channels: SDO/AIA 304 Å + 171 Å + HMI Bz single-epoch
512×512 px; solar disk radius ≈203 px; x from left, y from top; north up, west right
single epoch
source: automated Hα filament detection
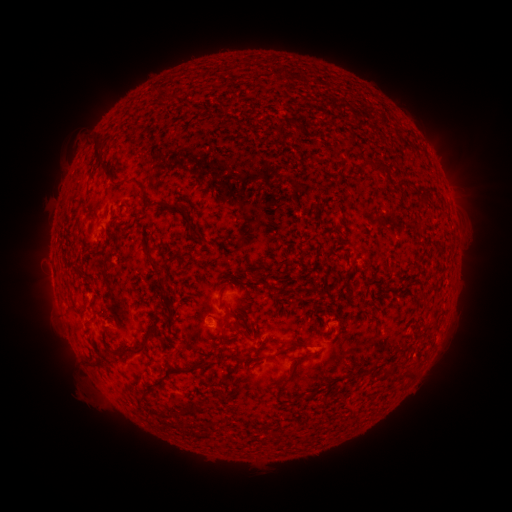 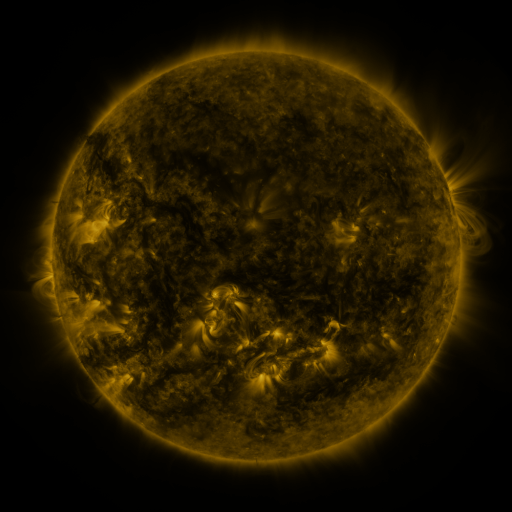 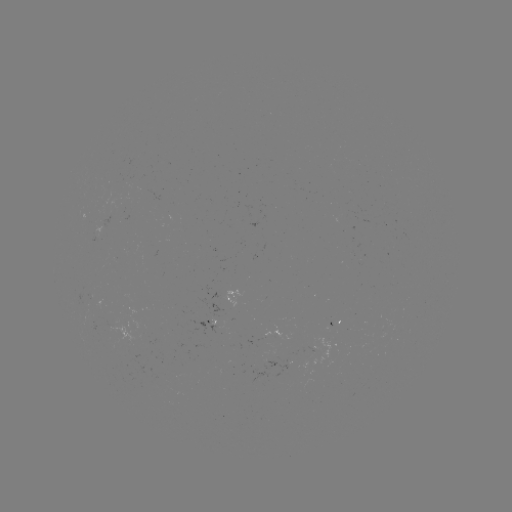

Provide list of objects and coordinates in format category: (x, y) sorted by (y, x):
filament: (152, 91)
filament: (170, 98)
filament: (95, 152)
filament: (372, 162)
filament: (107, 176)
filament: (126, 207)
filament: (172, 207)
filament: (199, 239)
filament: (147, 254)
filament: (178, 258)
filament: (260, 281)
filament: (166, 305)
filament: (240, 325)
filament: (267, 337)
filament: (147, 344)
filament: (291, 347)
filament: (243, 361)
filament: (295, 368)
filament: (412, 370)
filament: (187, 371)
filament: (316, 392)
filament: (143, 401)
filament: (190, 412)
filament: (168, 416)
